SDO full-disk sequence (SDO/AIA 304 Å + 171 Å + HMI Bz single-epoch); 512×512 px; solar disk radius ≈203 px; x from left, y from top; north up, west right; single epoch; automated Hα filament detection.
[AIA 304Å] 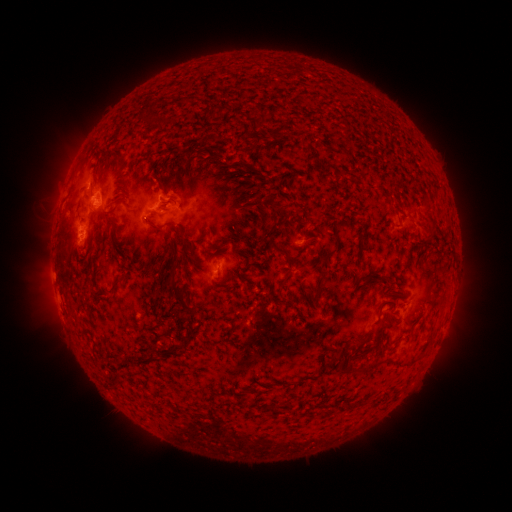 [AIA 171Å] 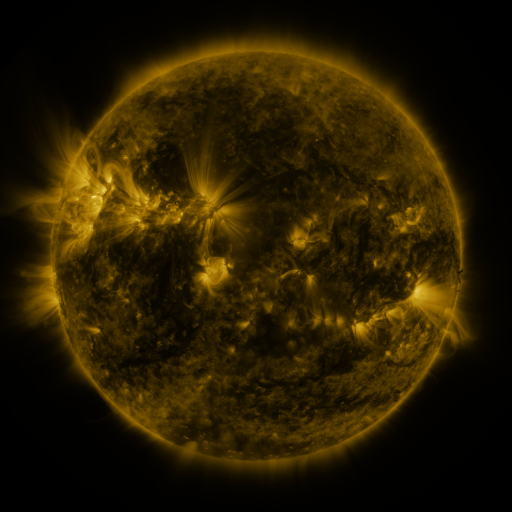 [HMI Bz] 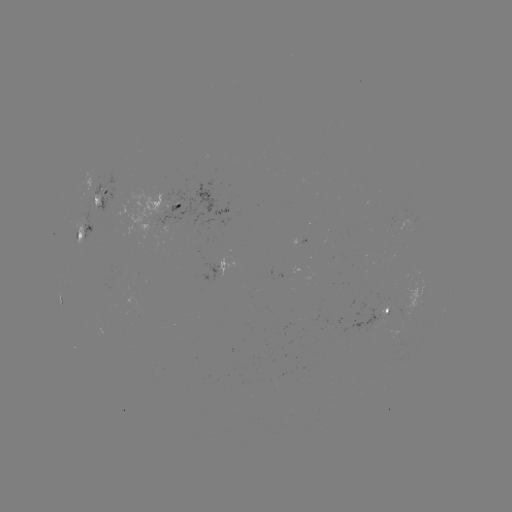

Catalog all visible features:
filament: (182, 102)
filament: (220, 110)
filament: (146, 119)
filament: (254, 124)
filament: (344, 137)
filament: (256, 140)
filament: (208, 156)
filament: (326, 166)
filament: (188, 168)
filament: (201, 171)
filament: (346, 172)
filament: (121, 201)
filament: (274, 205)
filament: (242, 209)
filament: (272, 216)
filament: (431, 221)
filament: (110, 225)
filament: (155, 229)
filament: (184, 239)
filament: (279, 249)
filament: (329, 254)
filament: (382, 277)
filament: (322, 284)
filament: (115, 287)
filament: (181, 294)
filament: (361, 339)
filament: (153, 358)
filament: (337, 358)
filament: (356, 369)
filament: (117, 383)
